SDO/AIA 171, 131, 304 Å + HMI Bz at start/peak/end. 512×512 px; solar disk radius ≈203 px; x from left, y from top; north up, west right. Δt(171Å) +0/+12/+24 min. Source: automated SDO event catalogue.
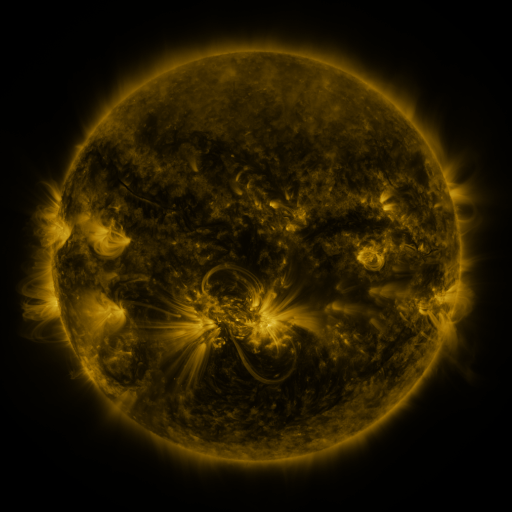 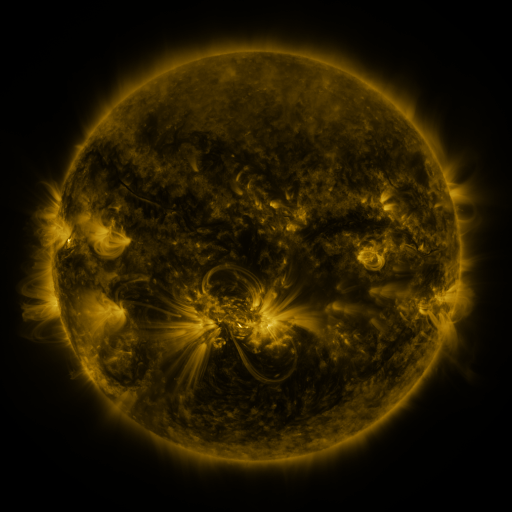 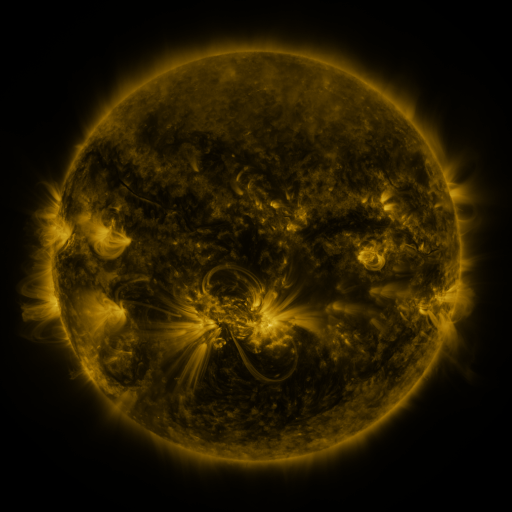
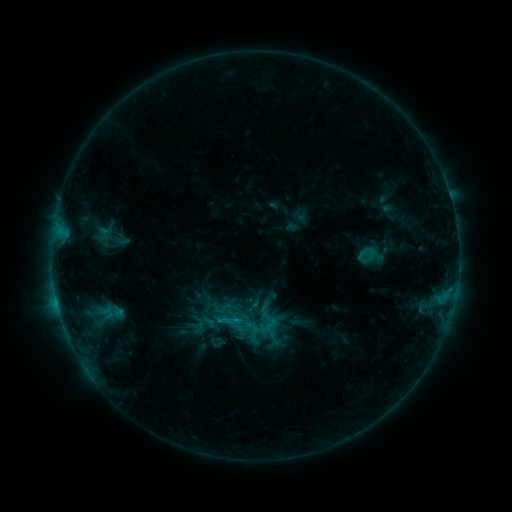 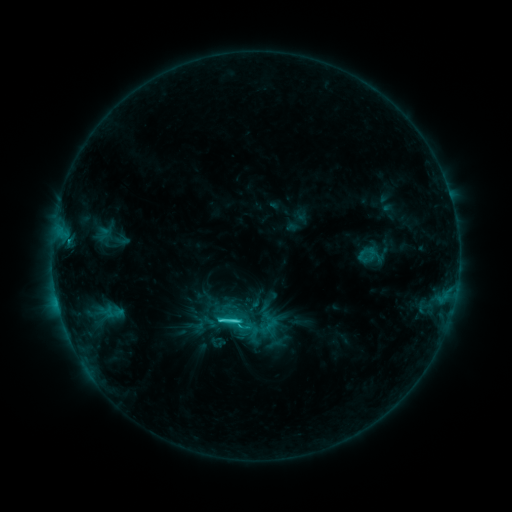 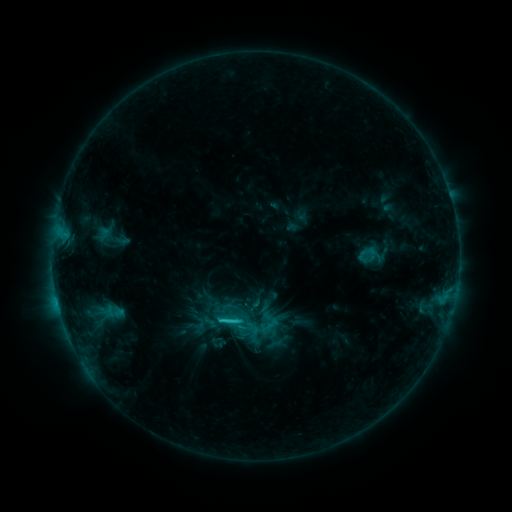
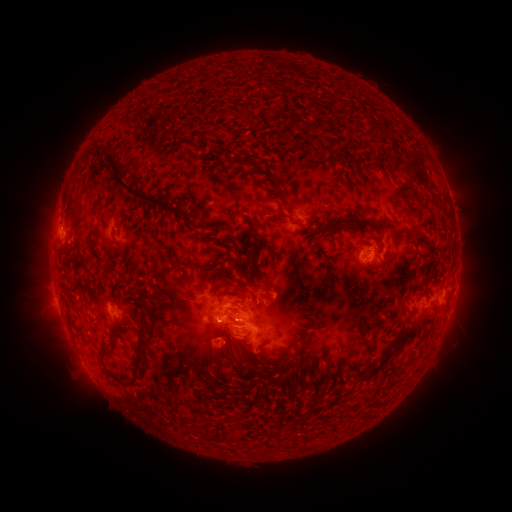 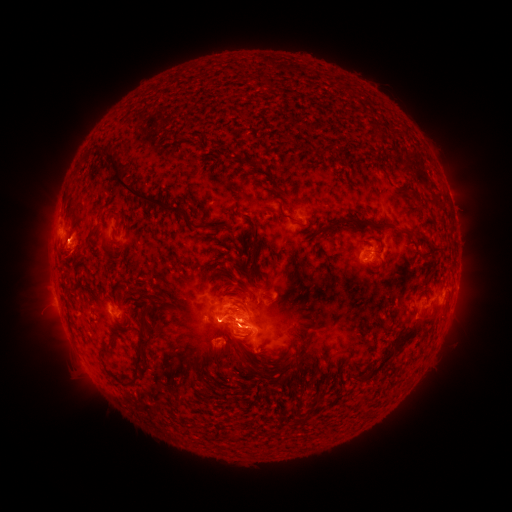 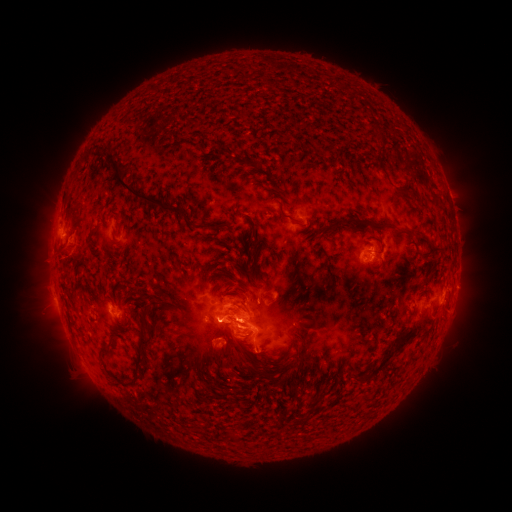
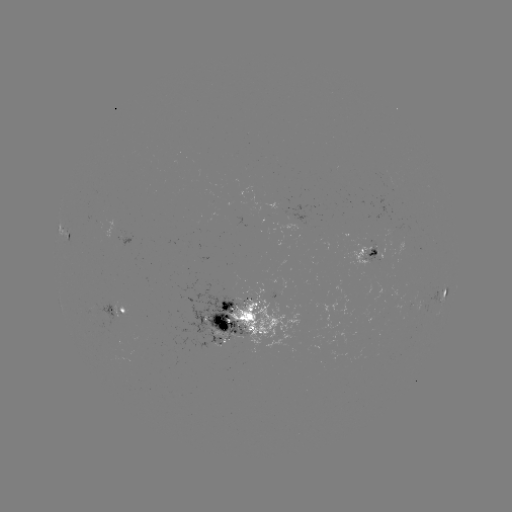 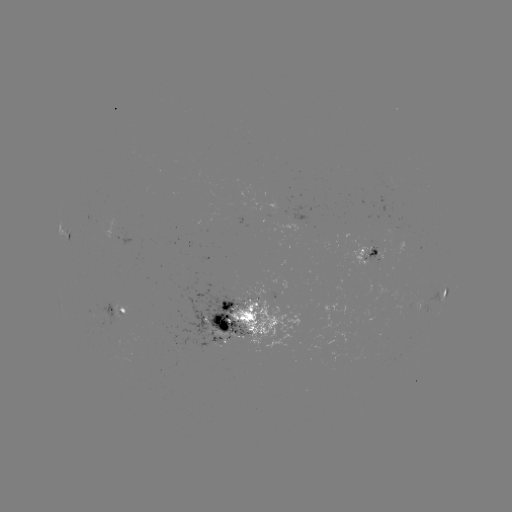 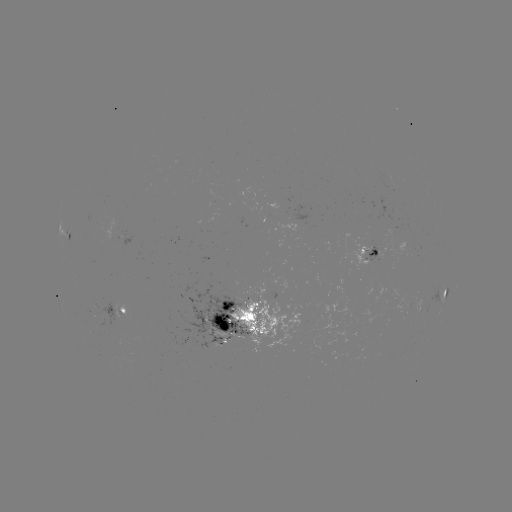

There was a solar flare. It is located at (235, 319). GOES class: C3.7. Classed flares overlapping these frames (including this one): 1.